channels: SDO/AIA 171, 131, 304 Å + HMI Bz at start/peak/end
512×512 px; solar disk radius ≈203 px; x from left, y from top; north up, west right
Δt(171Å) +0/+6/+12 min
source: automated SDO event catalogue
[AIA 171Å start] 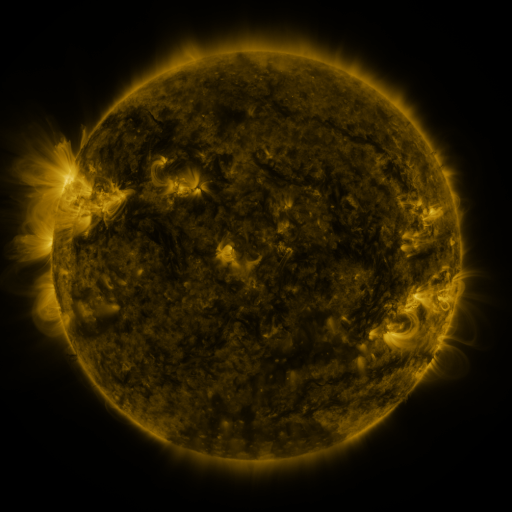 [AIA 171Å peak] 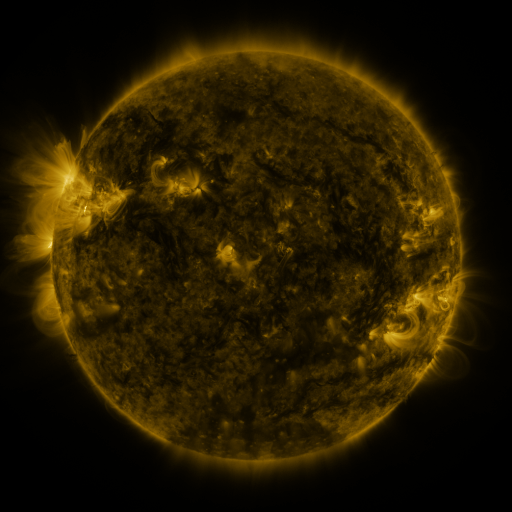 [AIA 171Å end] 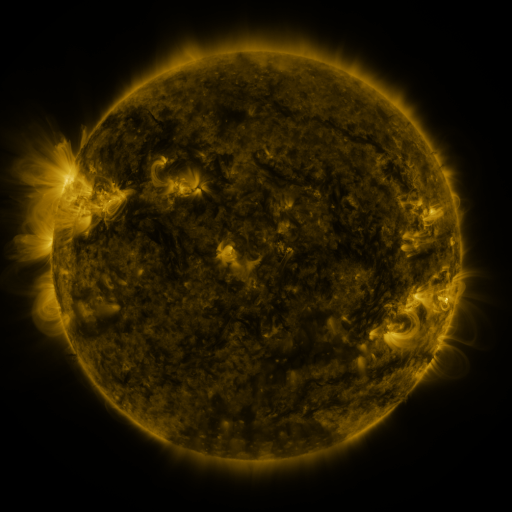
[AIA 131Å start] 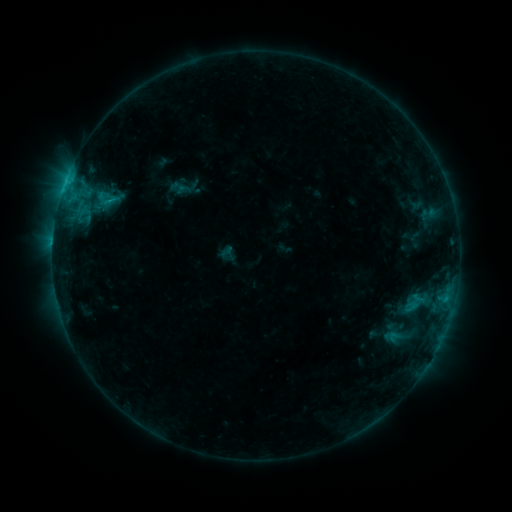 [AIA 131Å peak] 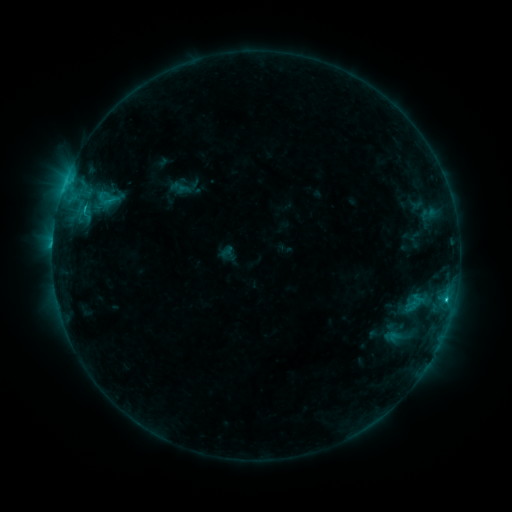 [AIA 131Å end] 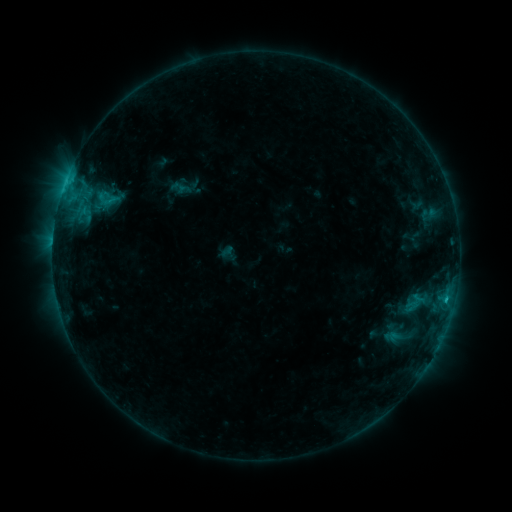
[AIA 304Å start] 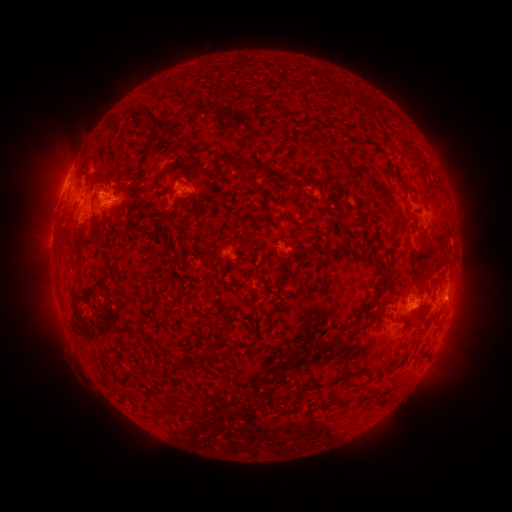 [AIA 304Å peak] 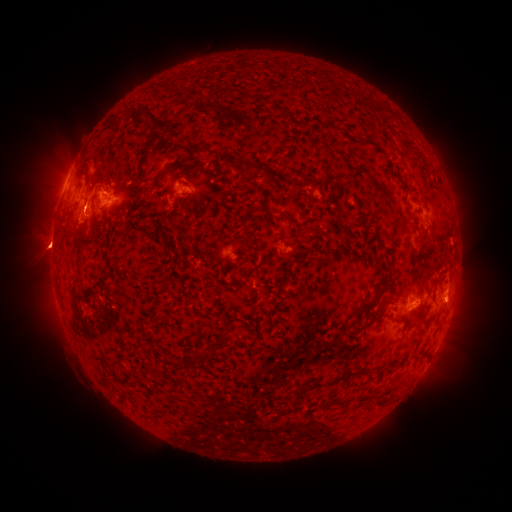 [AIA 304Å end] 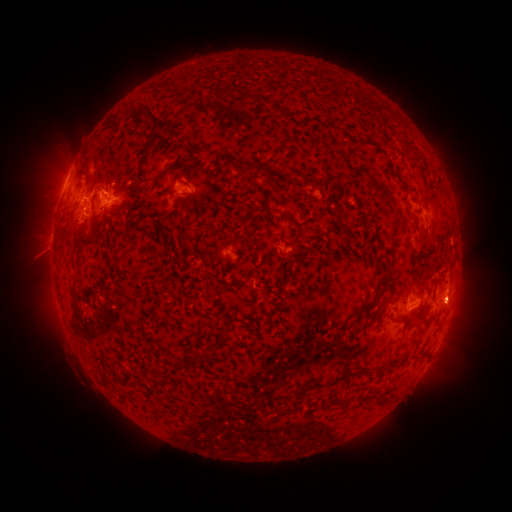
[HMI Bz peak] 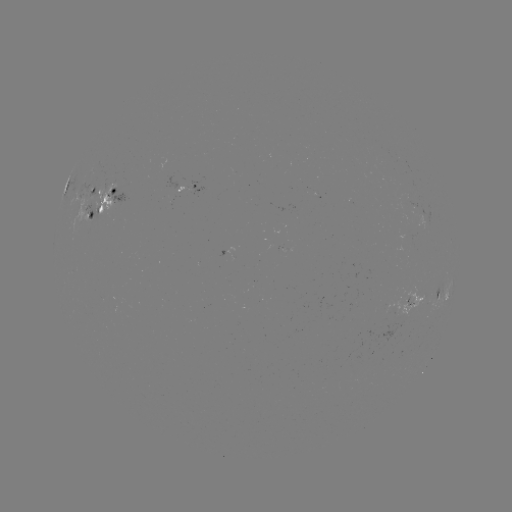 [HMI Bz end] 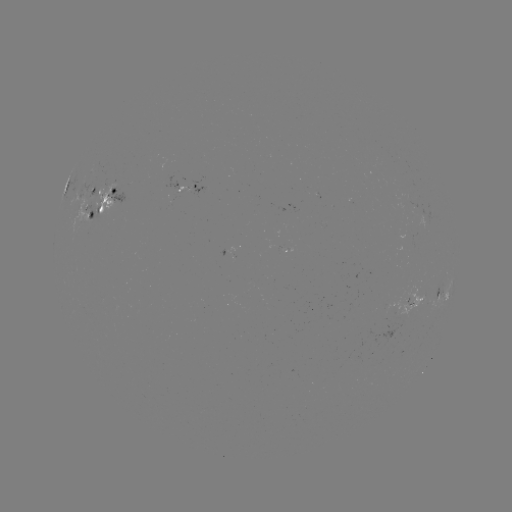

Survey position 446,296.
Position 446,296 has C1.4 flare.